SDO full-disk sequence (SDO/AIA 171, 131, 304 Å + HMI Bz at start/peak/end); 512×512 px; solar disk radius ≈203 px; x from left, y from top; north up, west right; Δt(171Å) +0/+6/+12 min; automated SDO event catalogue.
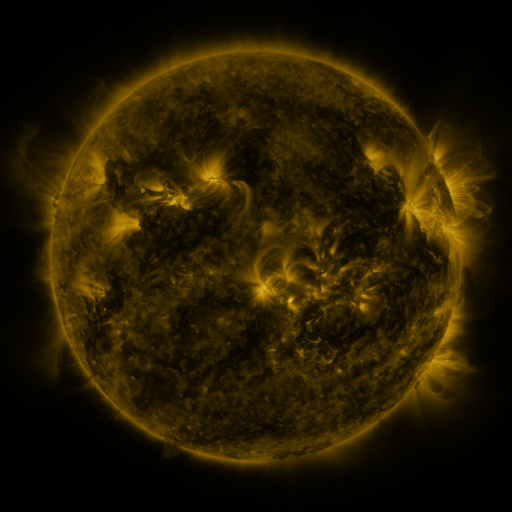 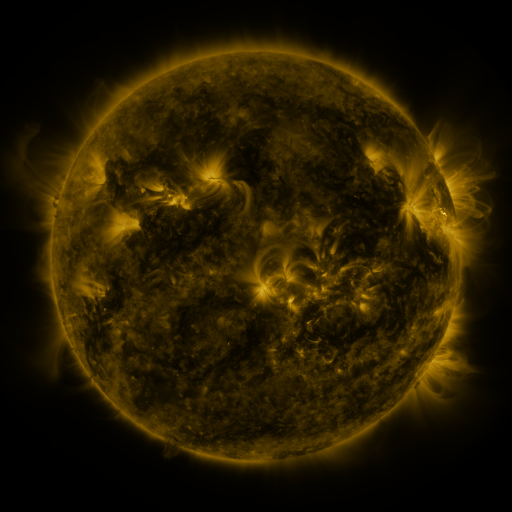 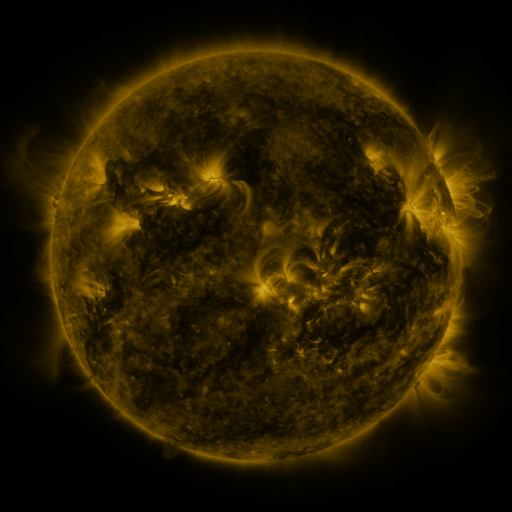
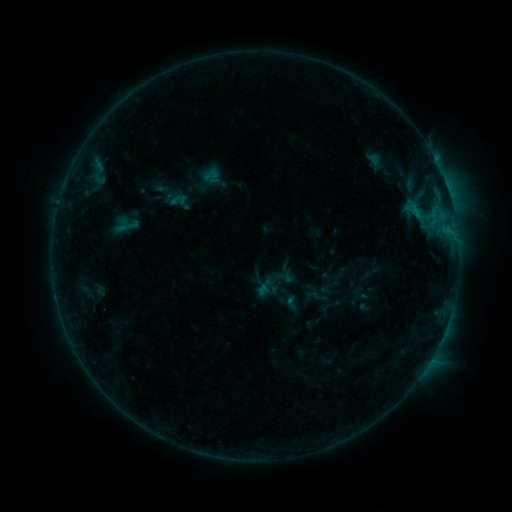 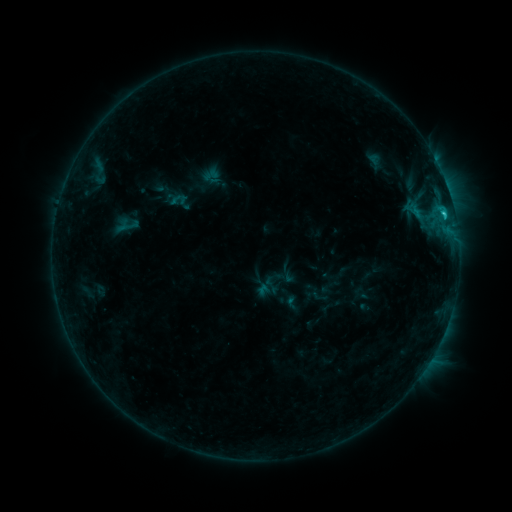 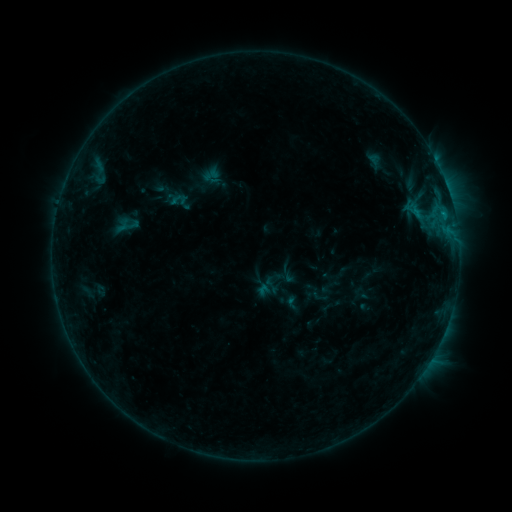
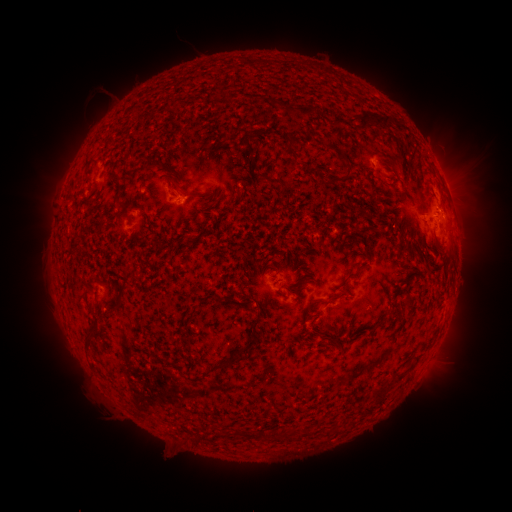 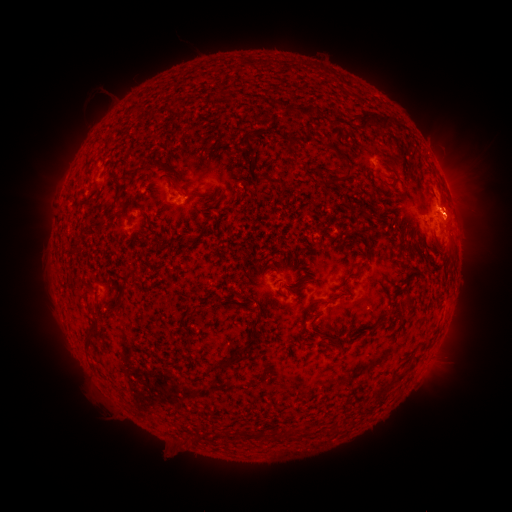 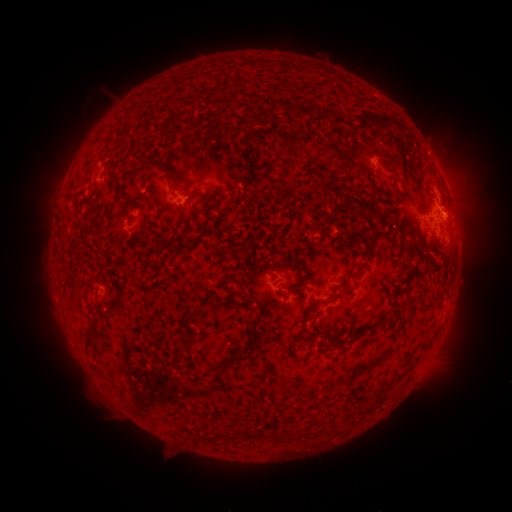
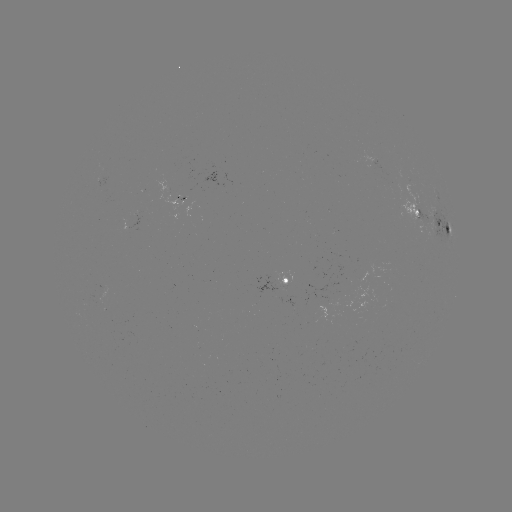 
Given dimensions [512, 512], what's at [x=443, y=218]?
C1.0 flare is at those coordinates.